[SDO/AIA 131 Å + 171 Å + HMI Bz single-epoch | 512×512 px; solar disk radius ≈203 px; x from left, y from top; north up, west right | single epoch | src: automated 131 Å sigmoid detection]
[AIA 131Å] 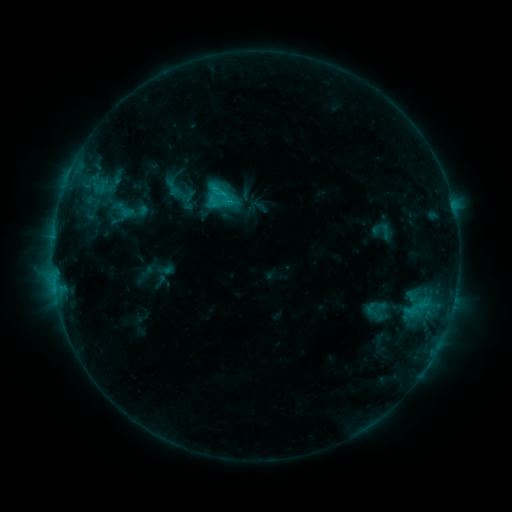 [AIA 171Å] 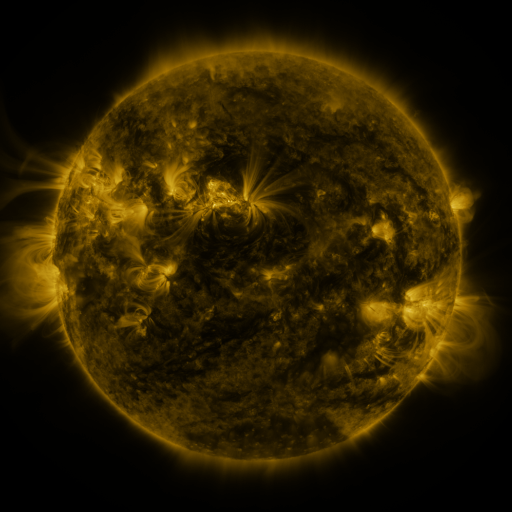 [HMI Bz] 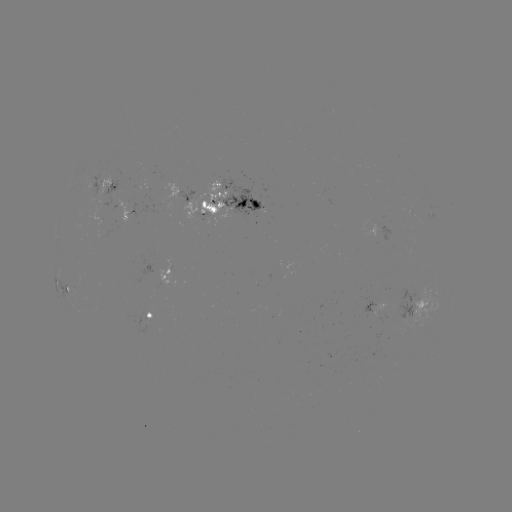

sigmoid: (208, 188, 228, 208)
